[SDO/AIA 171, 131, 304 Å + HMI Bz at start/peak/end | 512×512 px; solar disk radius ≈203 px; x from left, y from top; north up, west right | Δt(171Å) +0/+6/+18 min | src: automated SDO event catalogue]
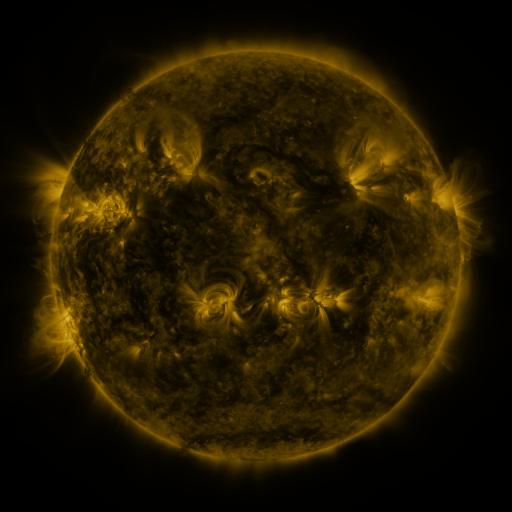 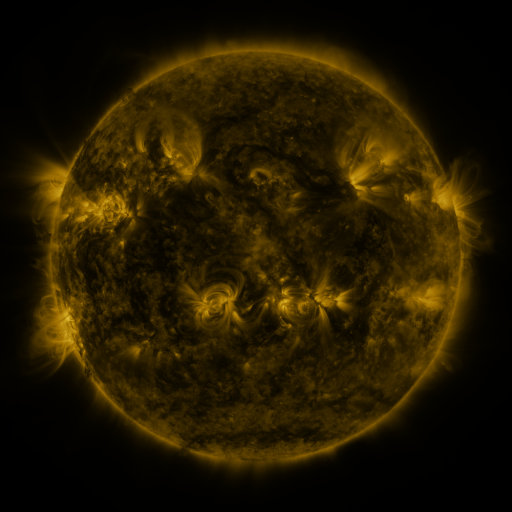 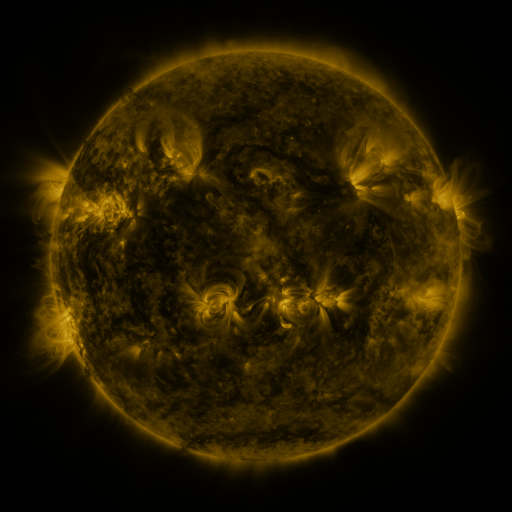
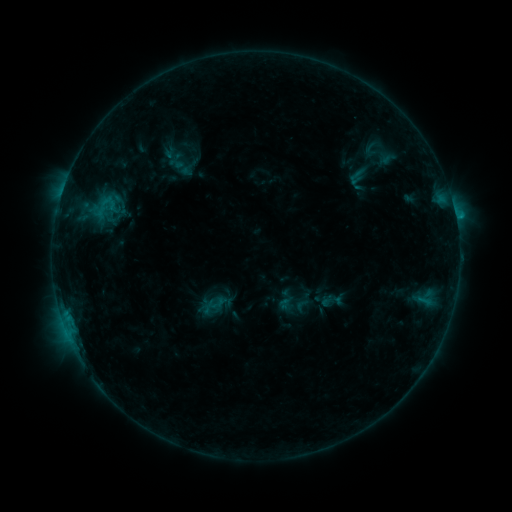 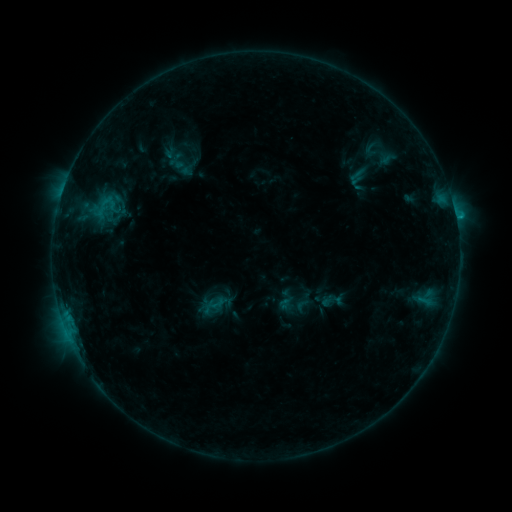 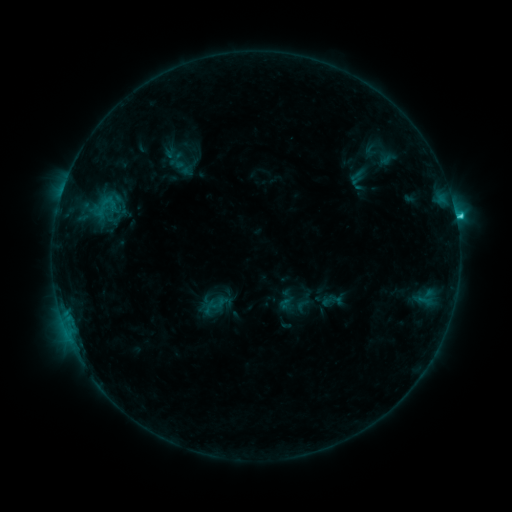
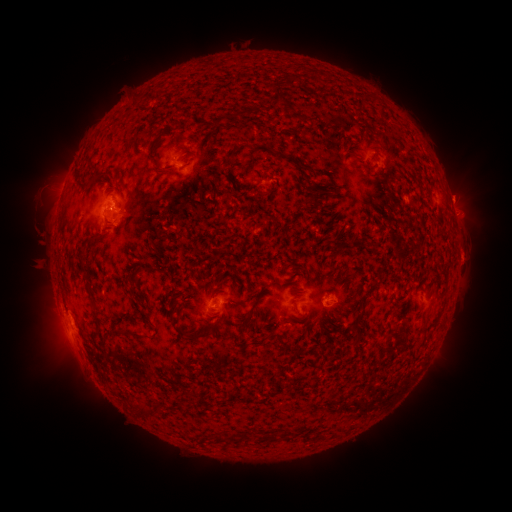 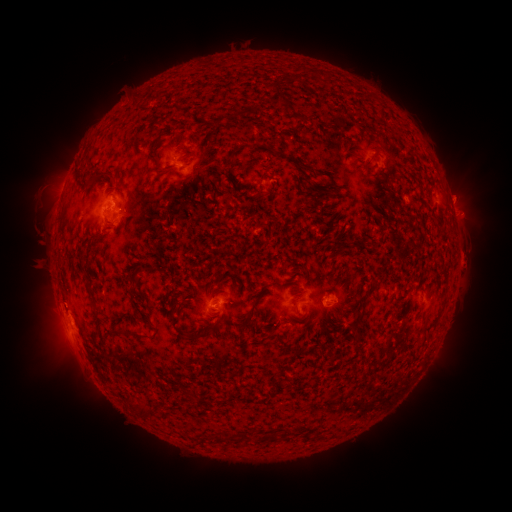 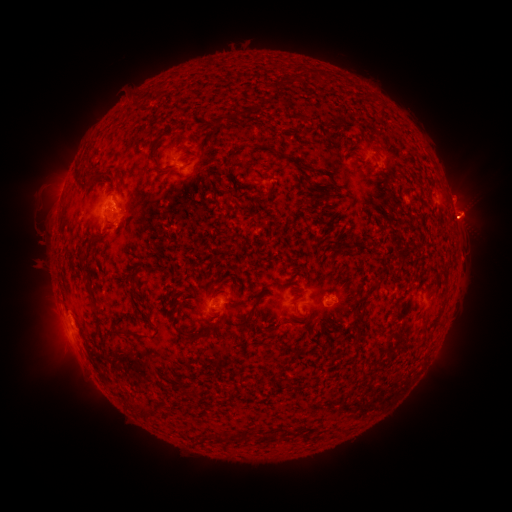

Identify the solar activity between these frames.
eruption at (468, 264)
